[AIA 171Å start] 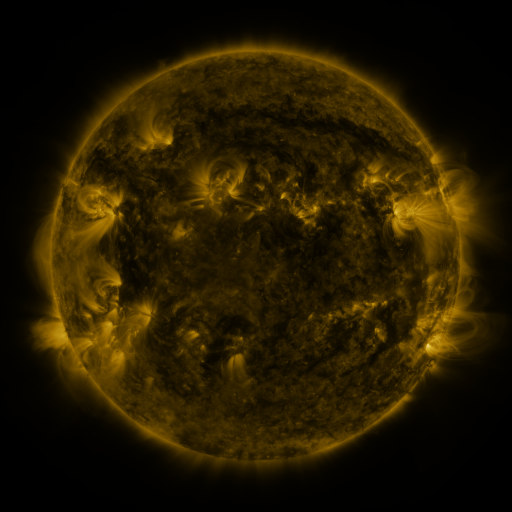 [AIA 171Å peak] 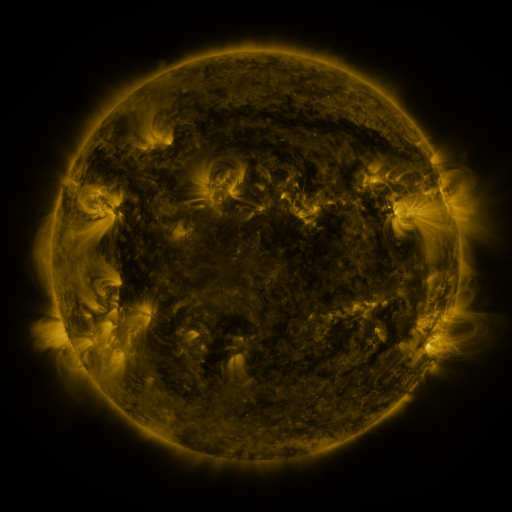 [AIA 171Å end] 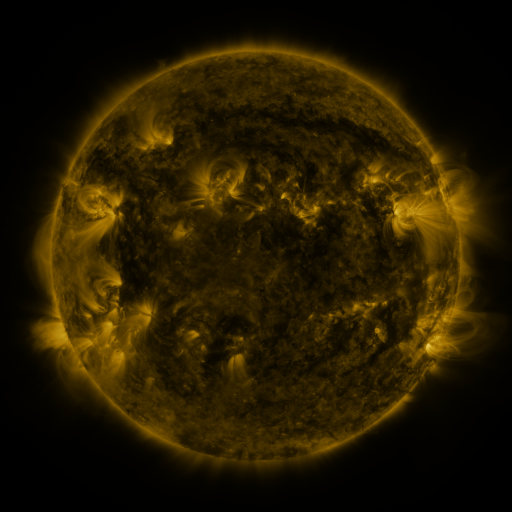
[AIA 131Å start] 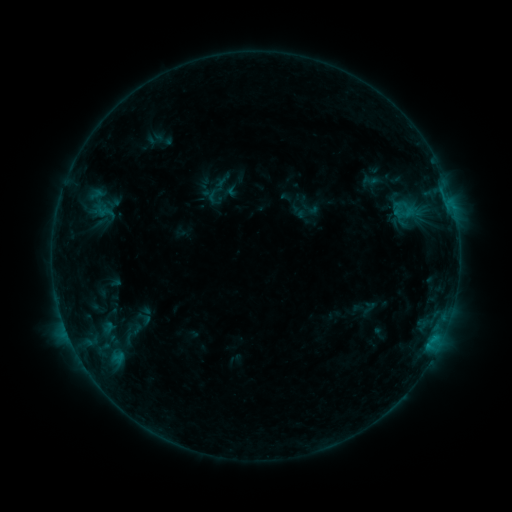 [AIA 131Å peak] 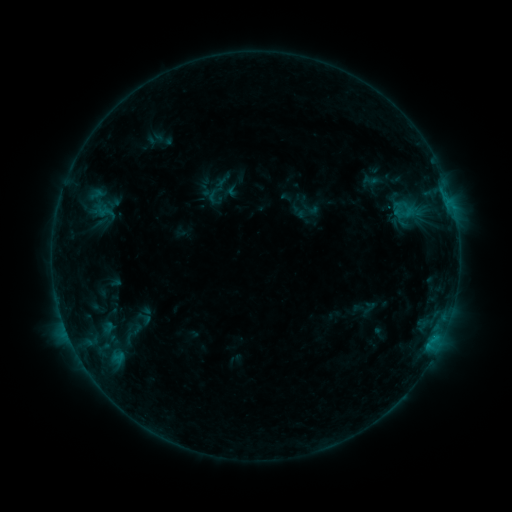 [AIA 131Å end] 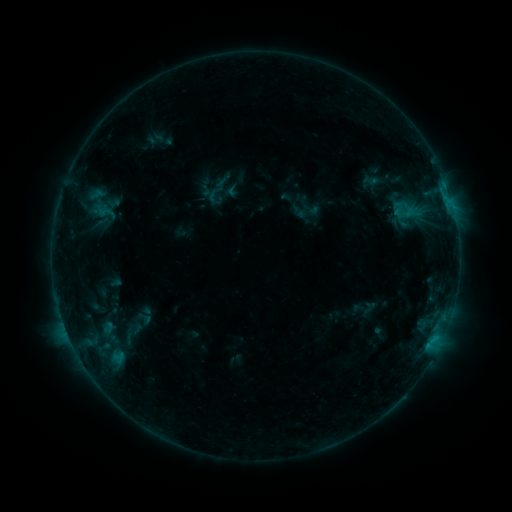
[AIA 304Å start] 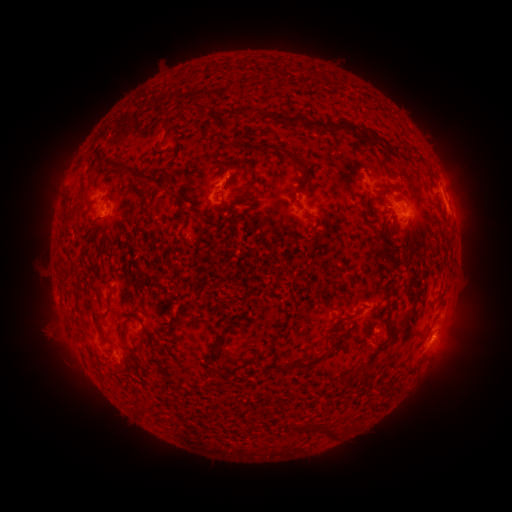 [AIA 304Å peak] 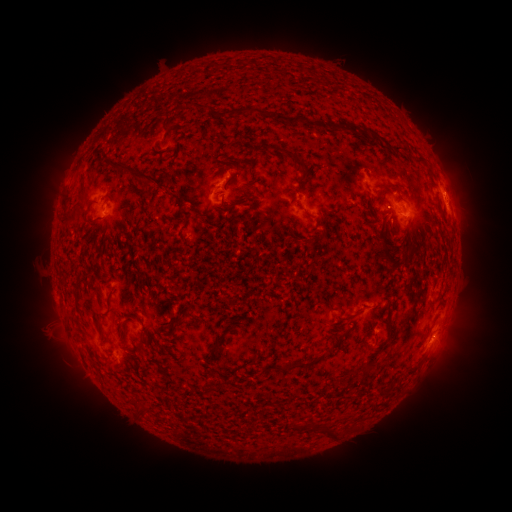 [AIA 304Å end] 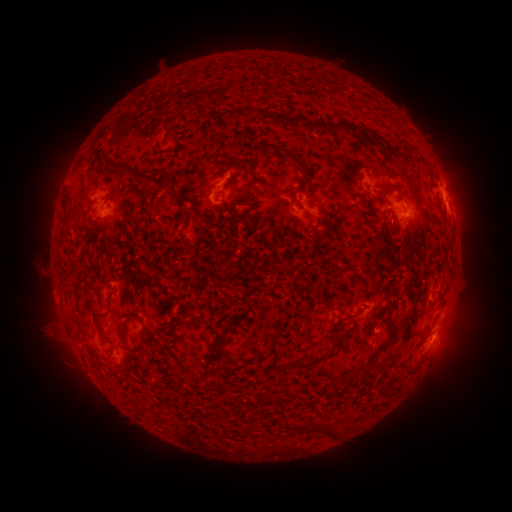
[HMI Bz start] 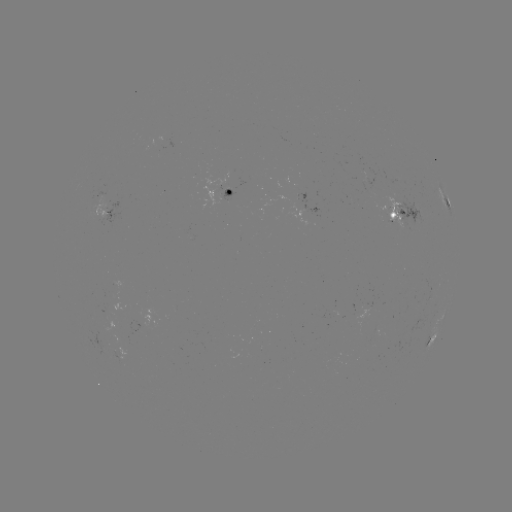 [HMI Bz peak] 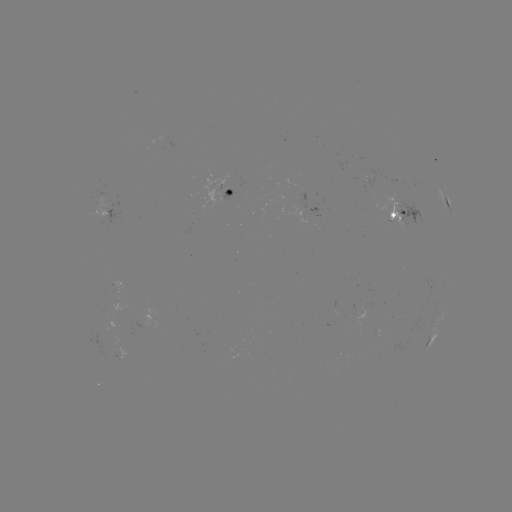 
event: eruption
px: (455, 182)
